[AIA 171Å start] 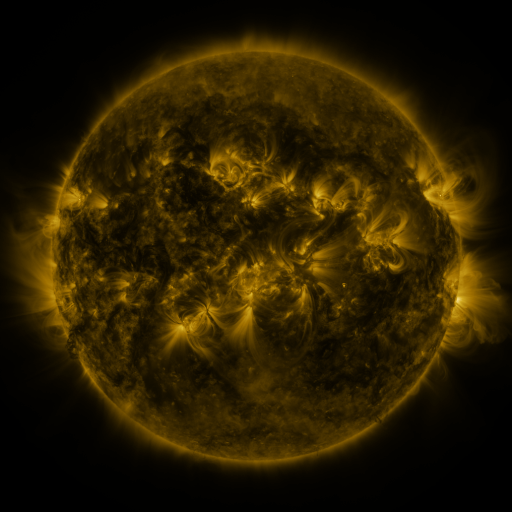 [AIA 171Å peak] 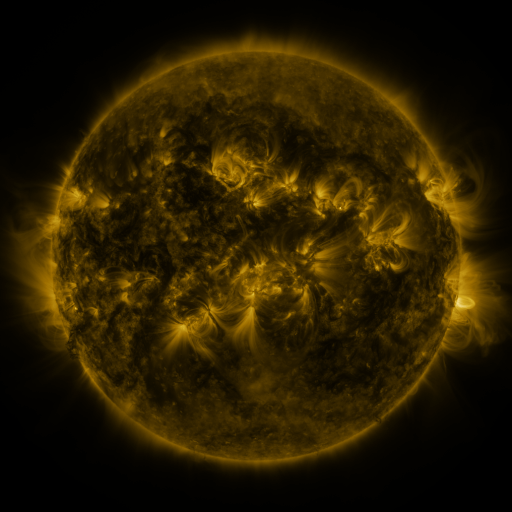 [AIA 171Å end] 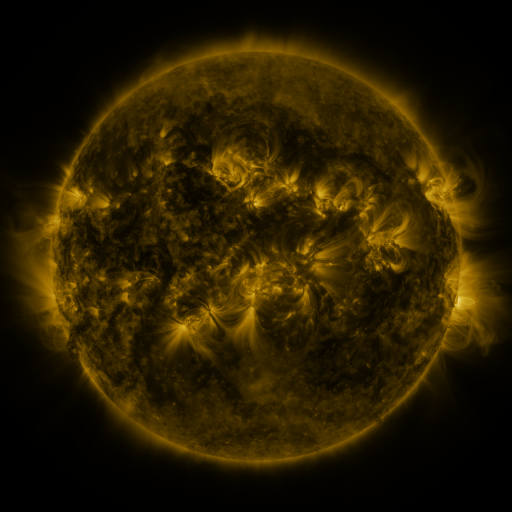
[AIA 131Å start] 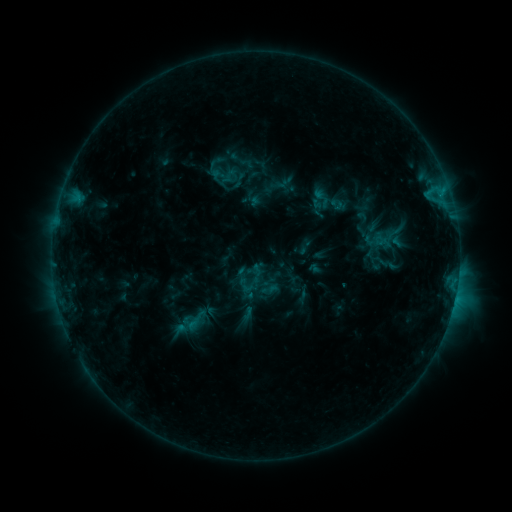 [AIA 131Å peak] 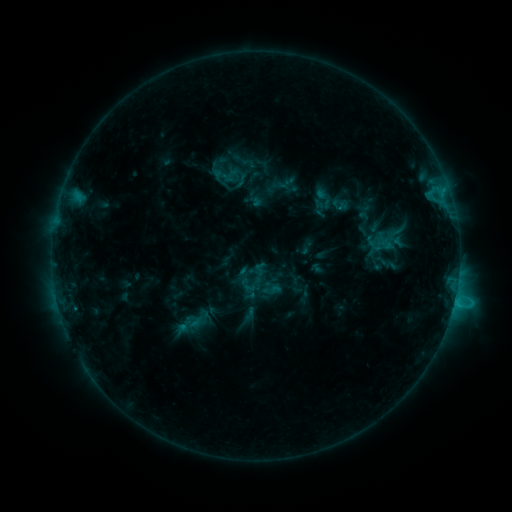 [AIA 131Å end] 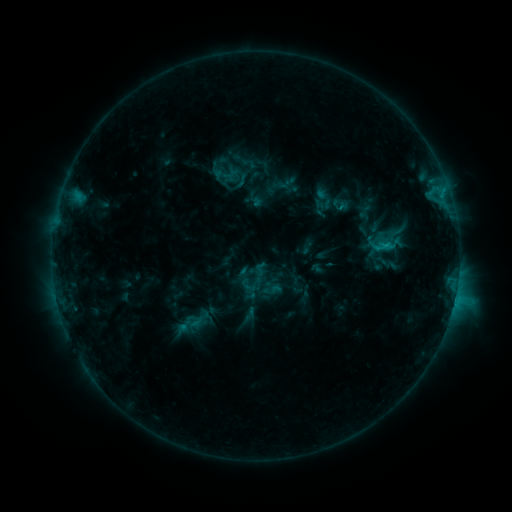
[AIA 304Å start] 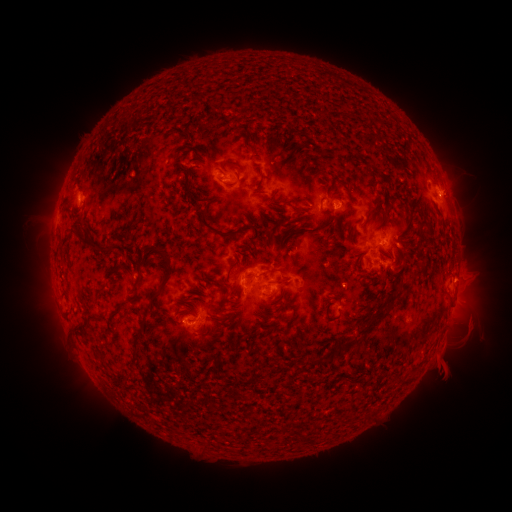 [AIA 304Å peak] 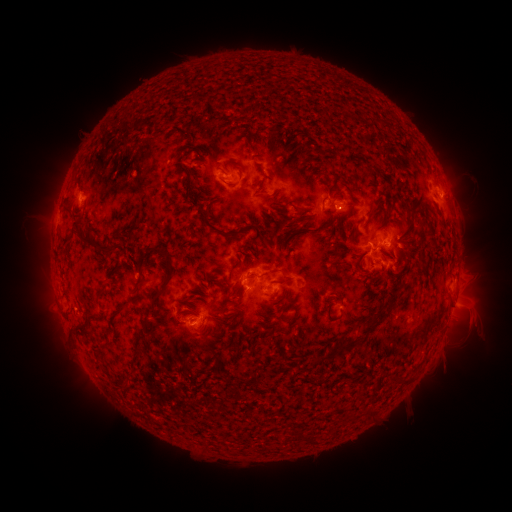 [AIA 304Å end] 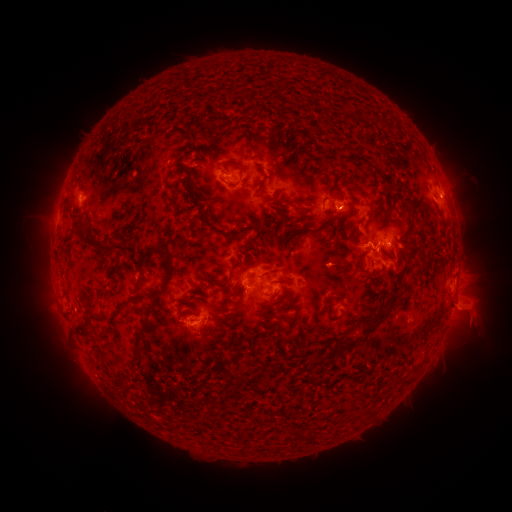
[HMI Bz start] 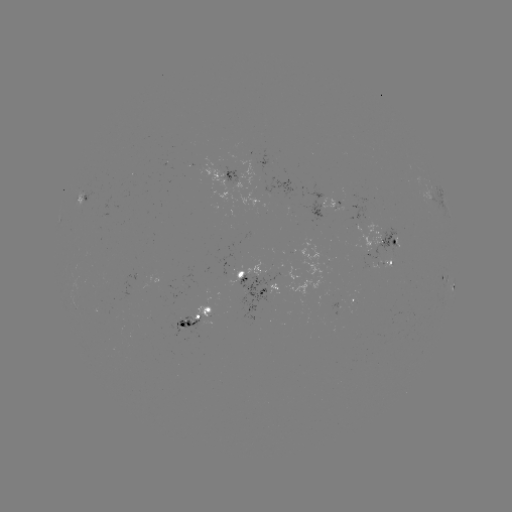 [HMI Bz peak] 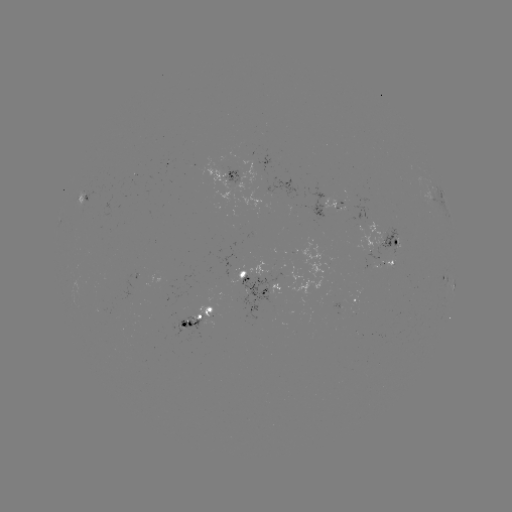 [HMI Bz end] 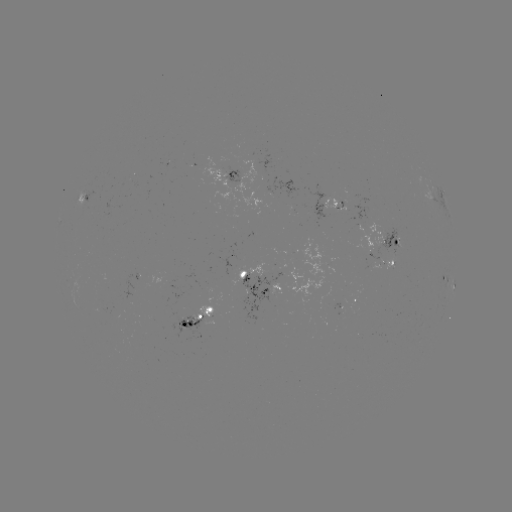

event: emerging-flux region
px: (392, 259)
